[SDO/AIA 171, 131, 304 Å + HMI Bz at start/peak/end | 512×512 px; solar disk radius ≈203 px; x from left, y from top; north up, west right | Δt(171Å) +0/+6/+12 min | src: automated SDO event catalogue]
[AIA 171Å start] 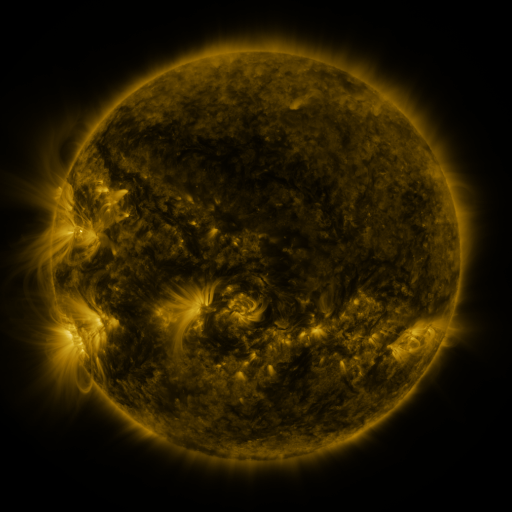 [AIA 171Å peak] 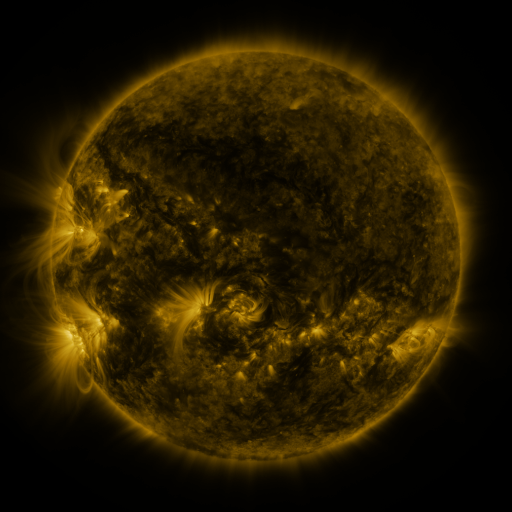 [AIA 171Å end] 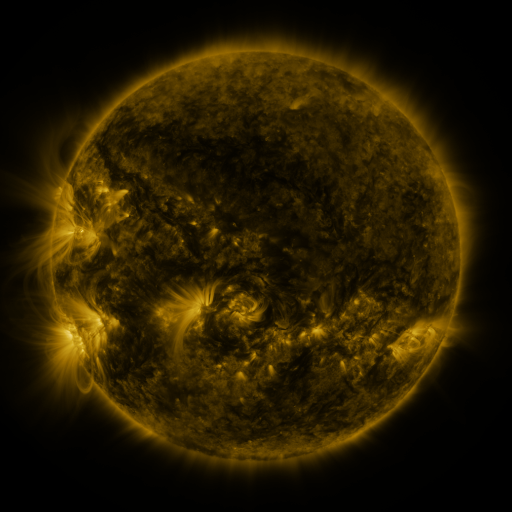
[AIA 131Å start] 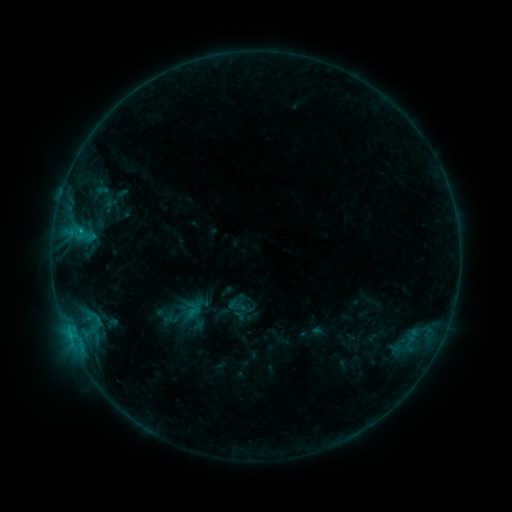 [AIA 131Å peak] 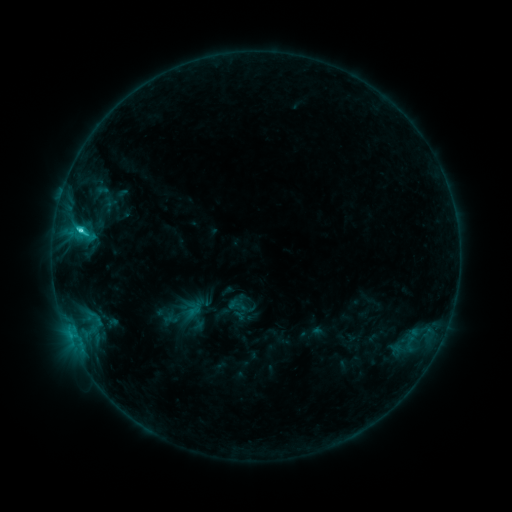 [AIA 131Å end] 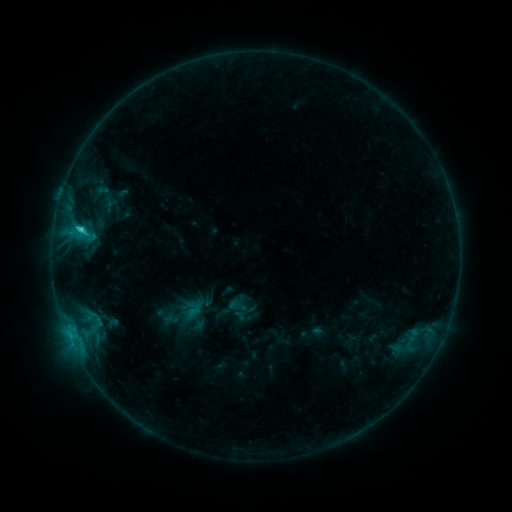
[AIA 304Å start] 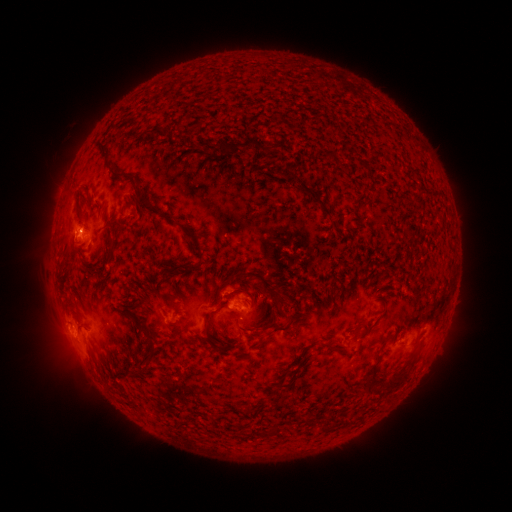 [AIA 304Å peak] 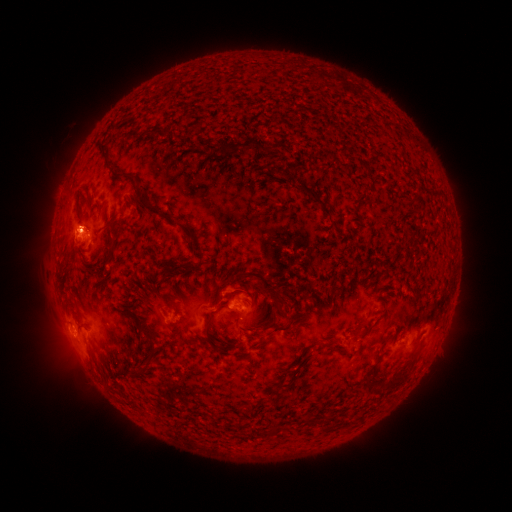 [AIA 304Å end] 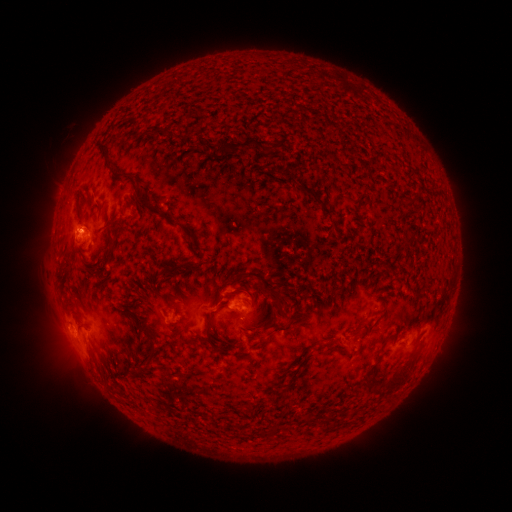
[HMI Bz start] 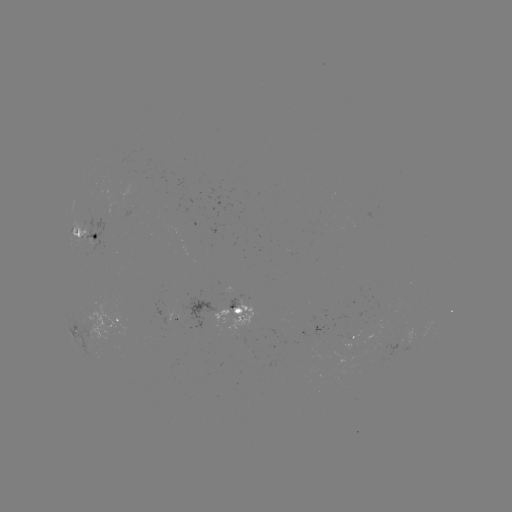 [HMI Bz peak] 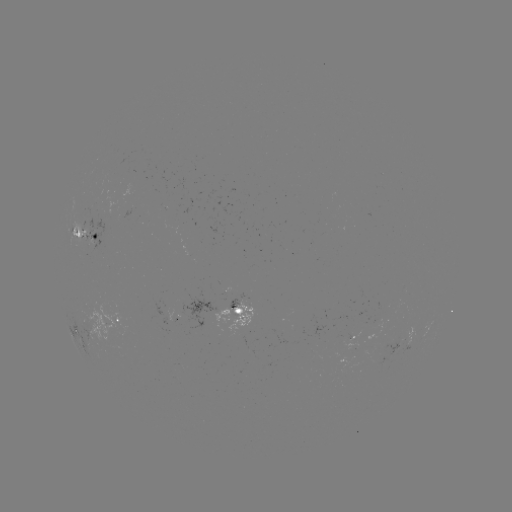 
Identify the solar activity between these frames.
C1.7 flare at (81, 234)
